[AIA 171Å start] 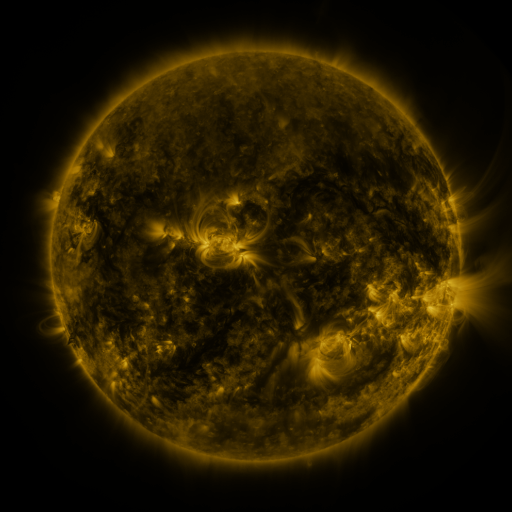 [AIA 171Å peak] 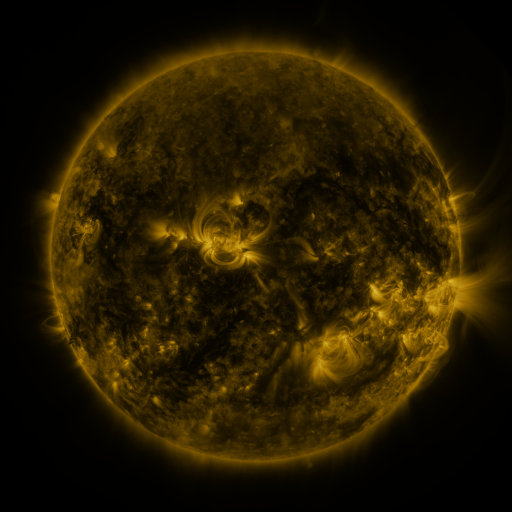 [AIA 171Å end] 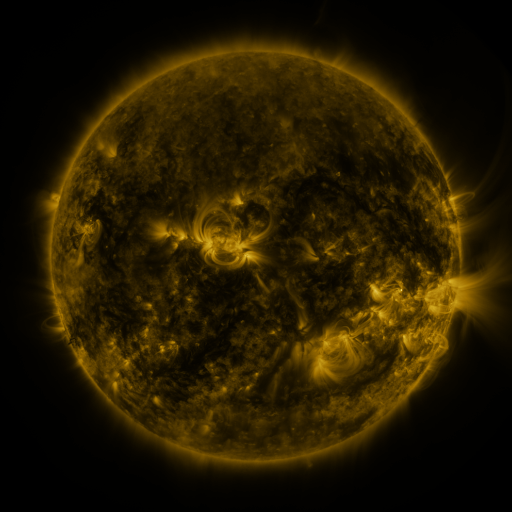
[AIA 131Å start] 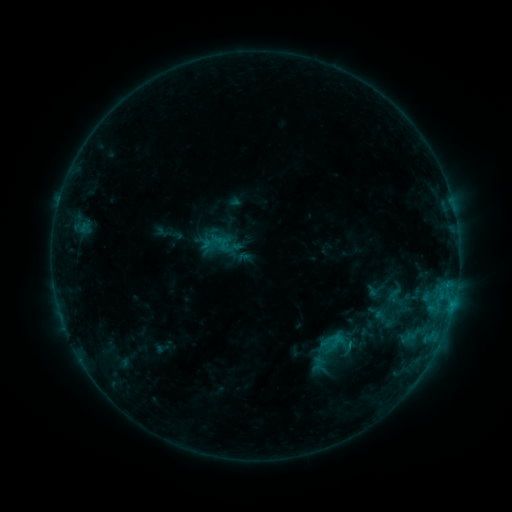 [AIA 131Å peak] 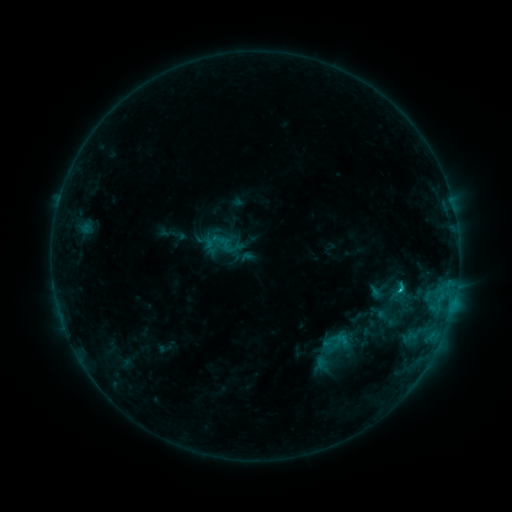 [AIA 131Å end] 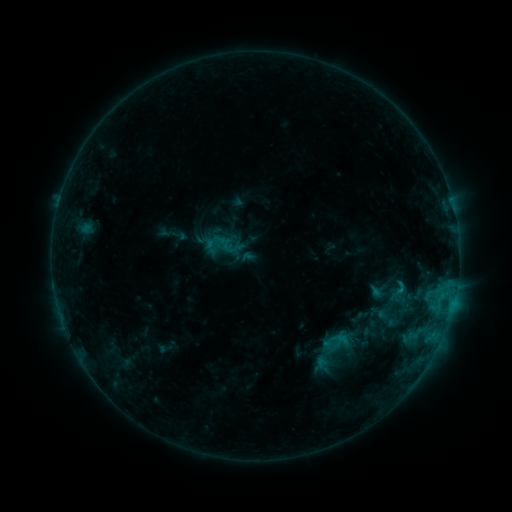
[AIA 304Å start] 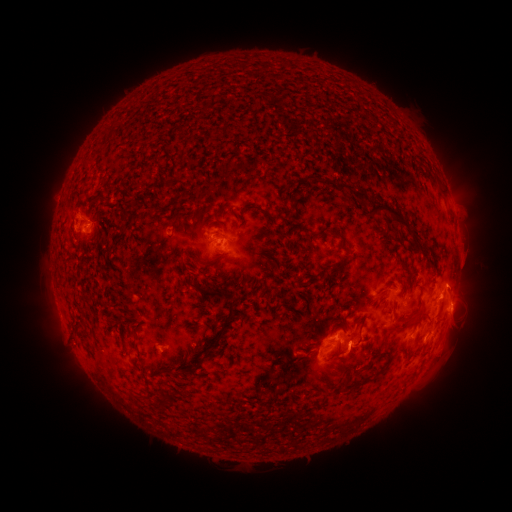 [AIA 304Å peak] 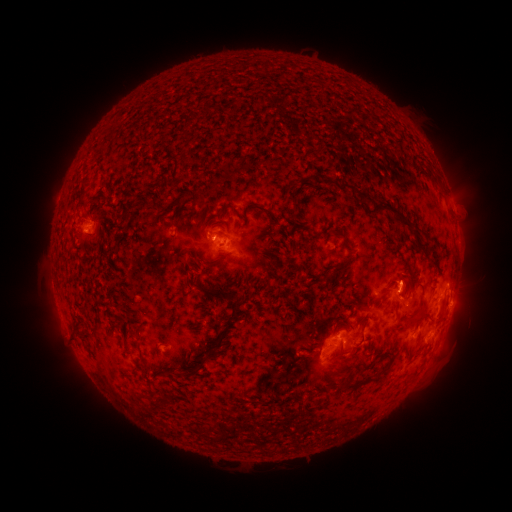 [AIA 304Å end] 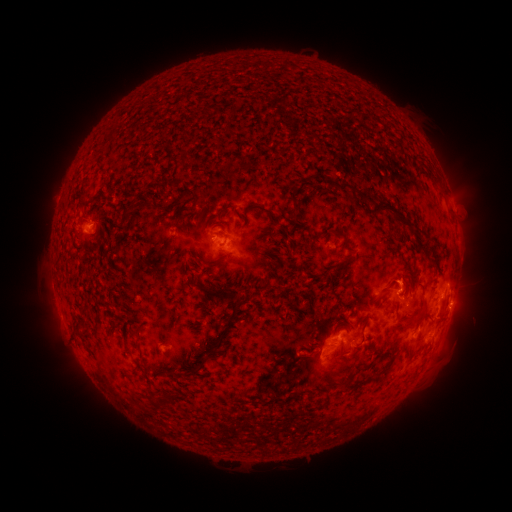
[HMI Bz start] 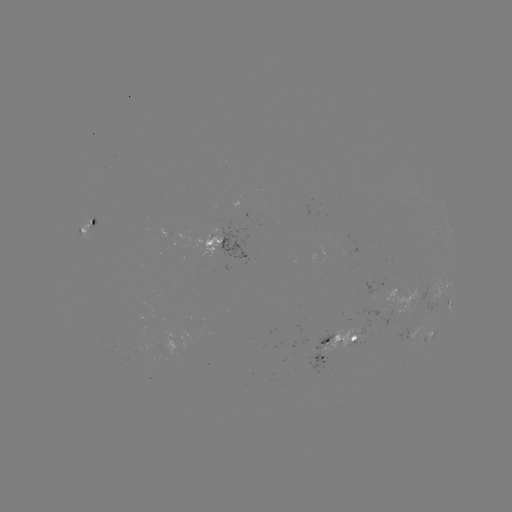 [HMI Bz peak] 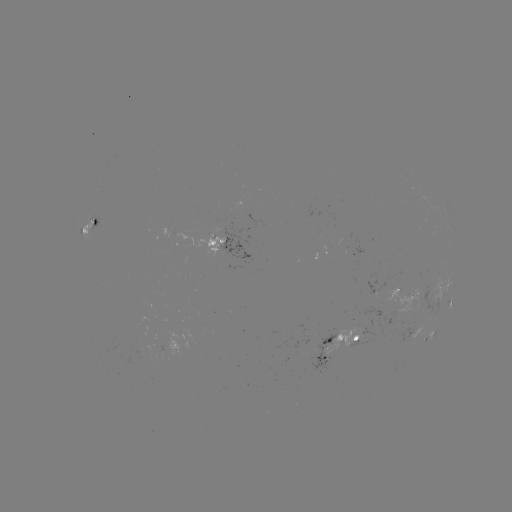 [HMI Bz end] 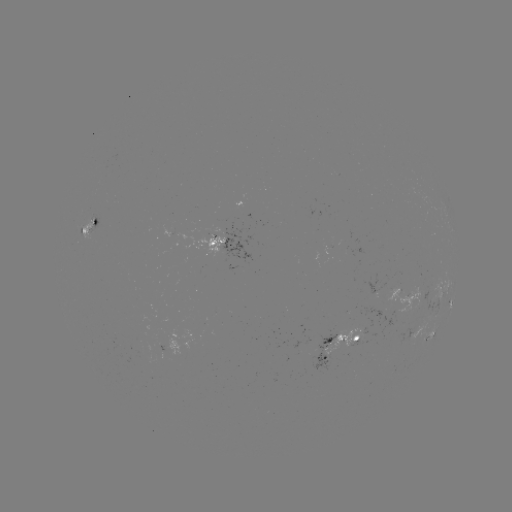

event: flare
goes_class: C1.6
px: (399, 289)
